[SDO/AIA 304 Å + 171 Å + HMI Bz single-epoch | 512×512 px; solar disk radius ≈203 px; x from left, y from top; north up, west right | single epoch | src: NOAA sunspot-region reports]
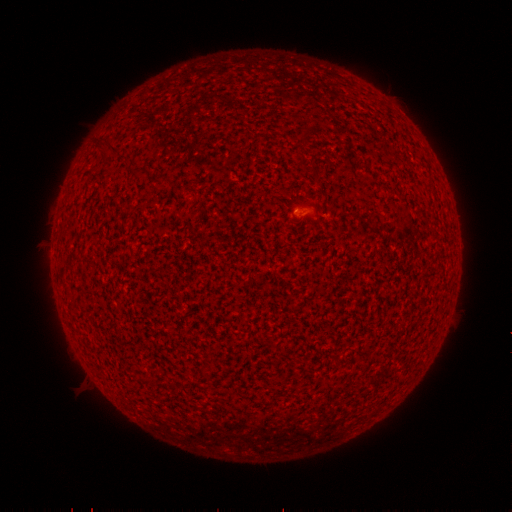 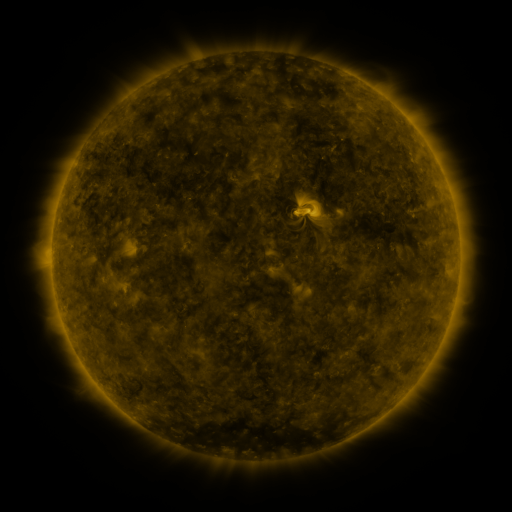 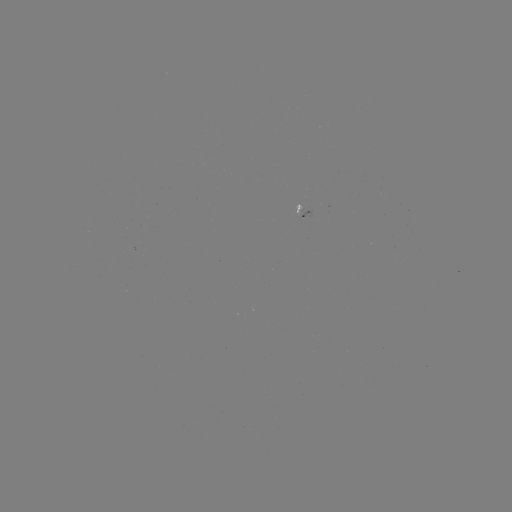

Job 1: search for spotted active region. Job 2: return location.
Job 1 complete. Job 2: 301,210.